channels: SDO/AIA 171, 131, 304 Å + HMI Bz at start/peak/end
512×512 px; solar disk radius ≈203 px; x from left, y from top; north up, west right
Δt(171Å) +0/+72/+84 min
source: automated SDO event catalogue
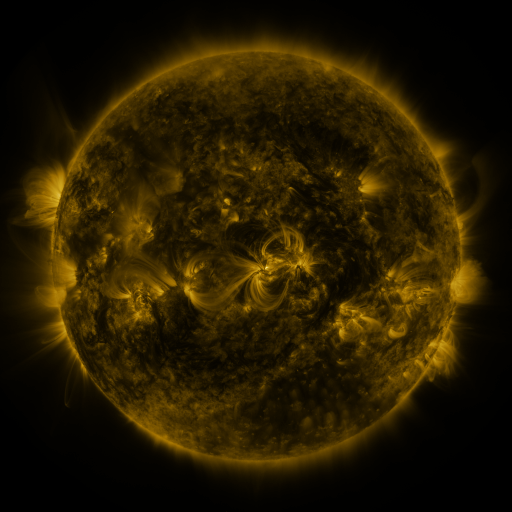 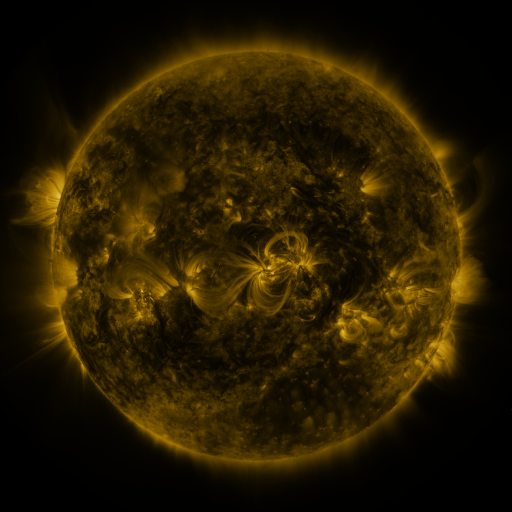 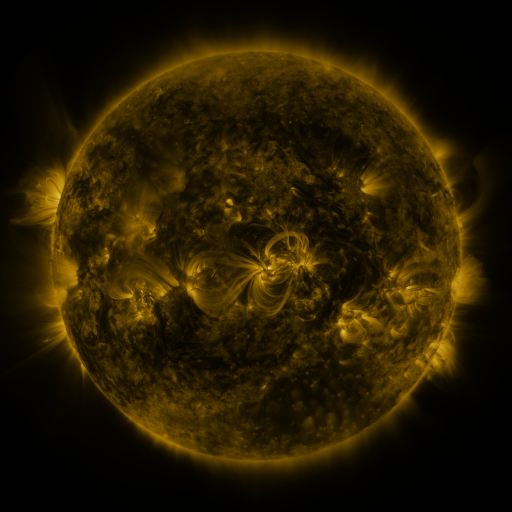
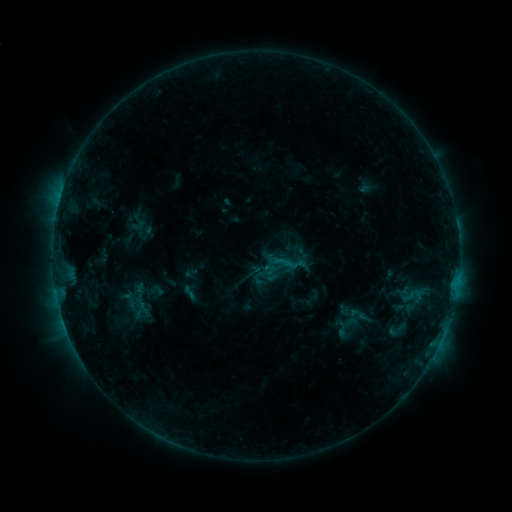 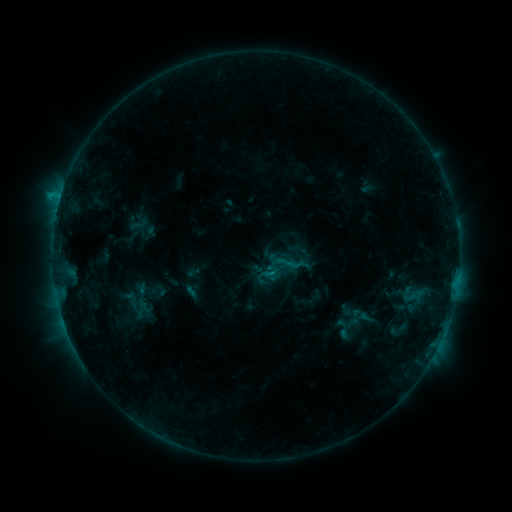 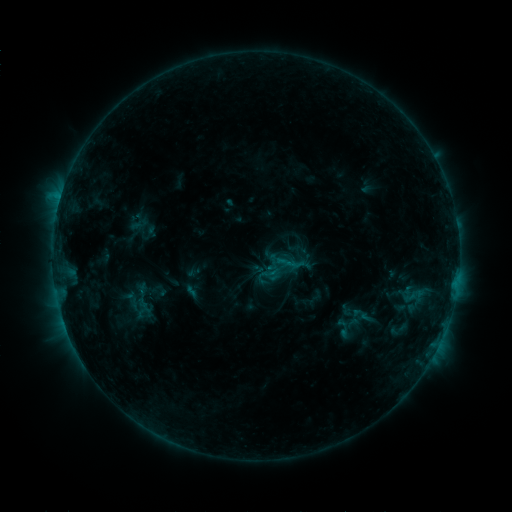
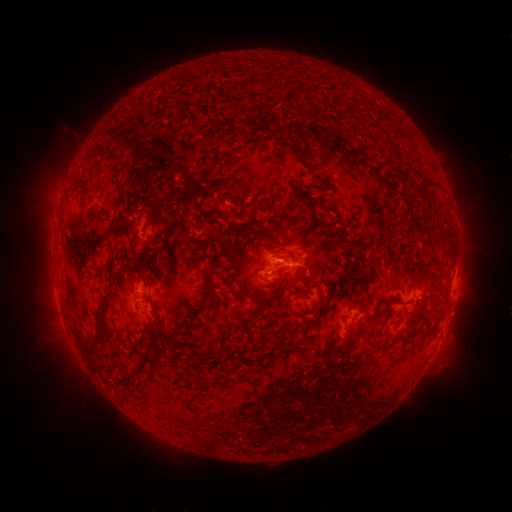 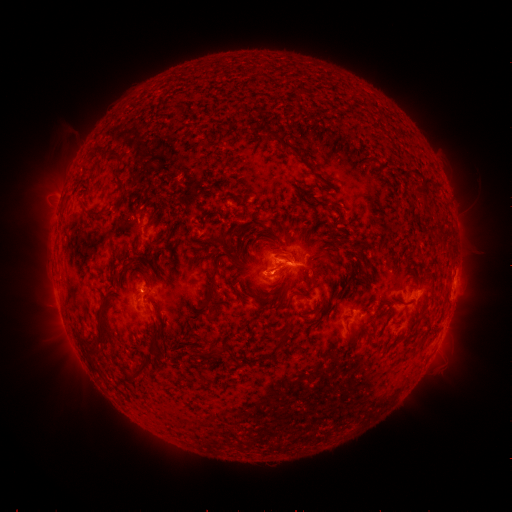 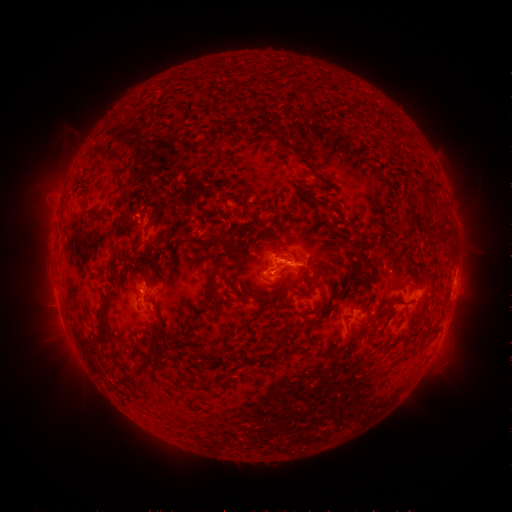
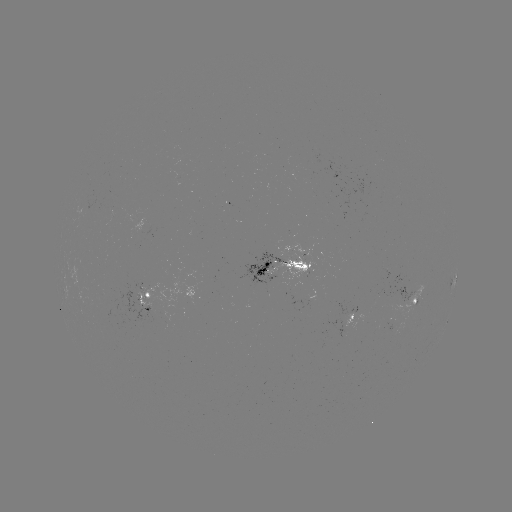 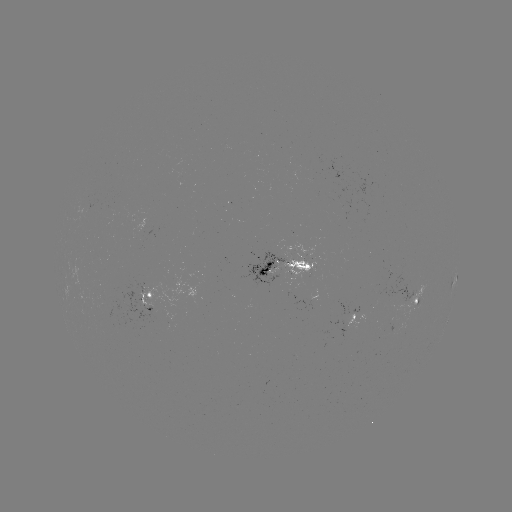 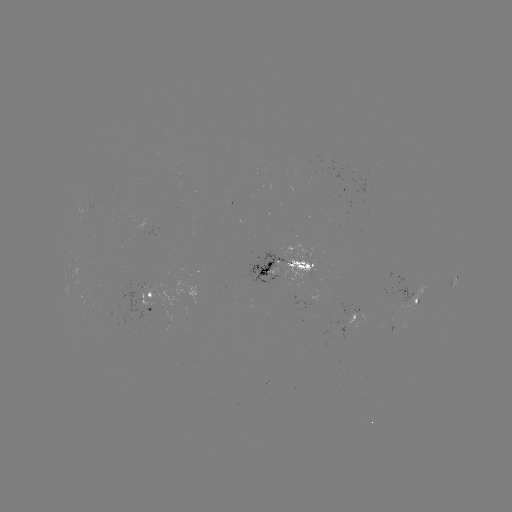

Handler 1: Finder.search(emerging-flux region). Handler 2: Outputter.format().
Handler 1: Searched emerging-flux region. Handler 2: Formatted [416, 301].